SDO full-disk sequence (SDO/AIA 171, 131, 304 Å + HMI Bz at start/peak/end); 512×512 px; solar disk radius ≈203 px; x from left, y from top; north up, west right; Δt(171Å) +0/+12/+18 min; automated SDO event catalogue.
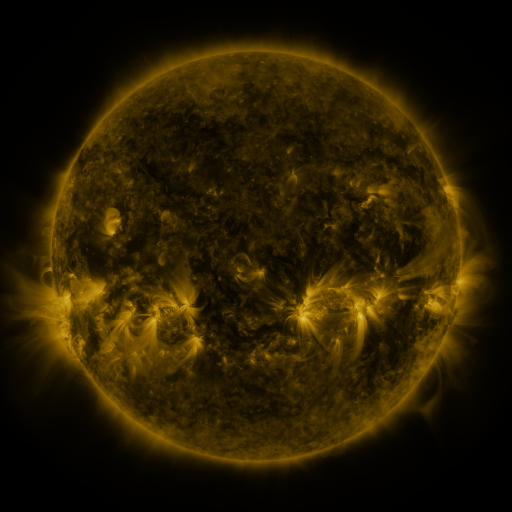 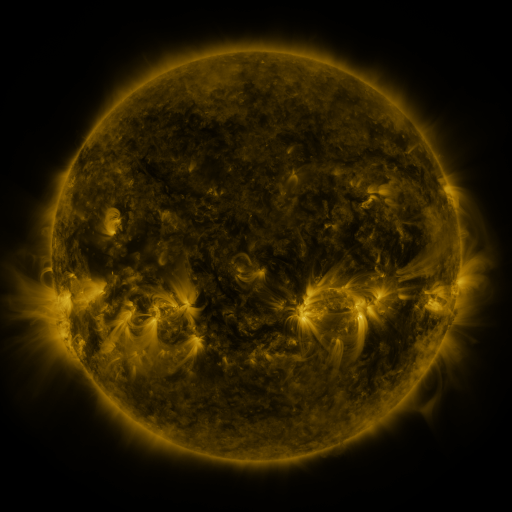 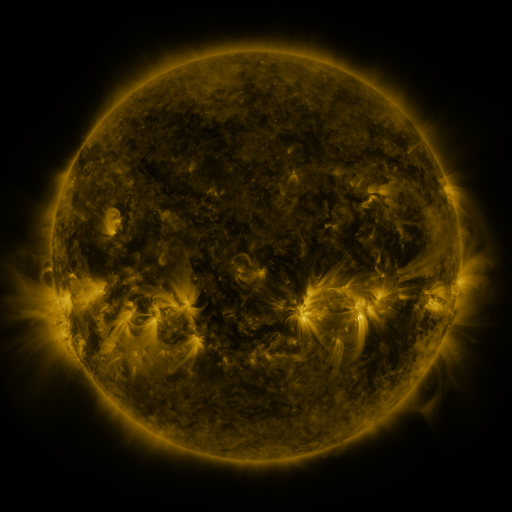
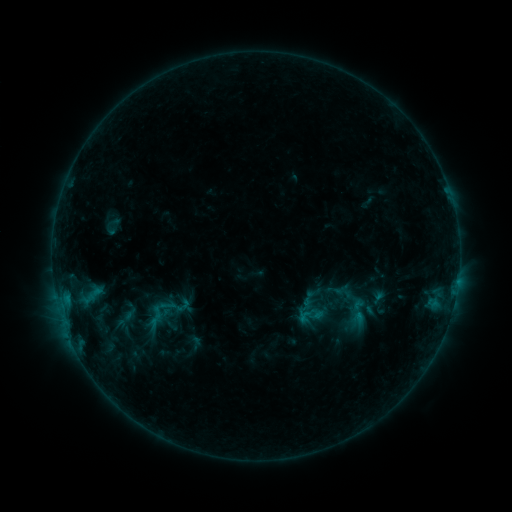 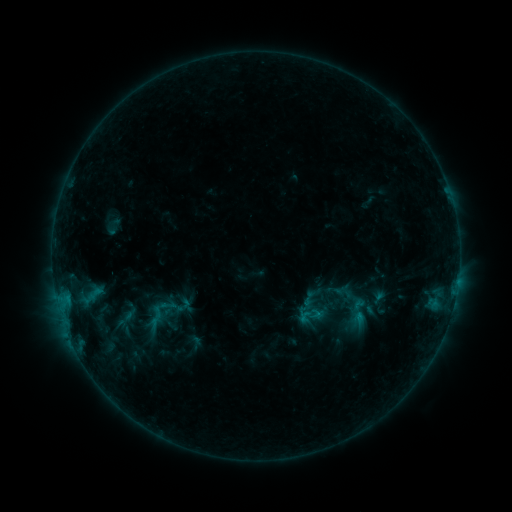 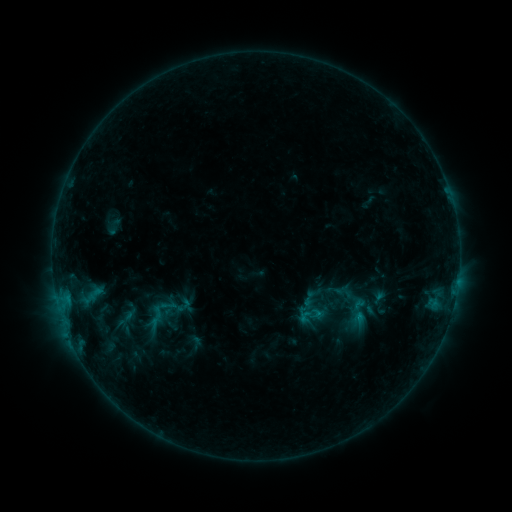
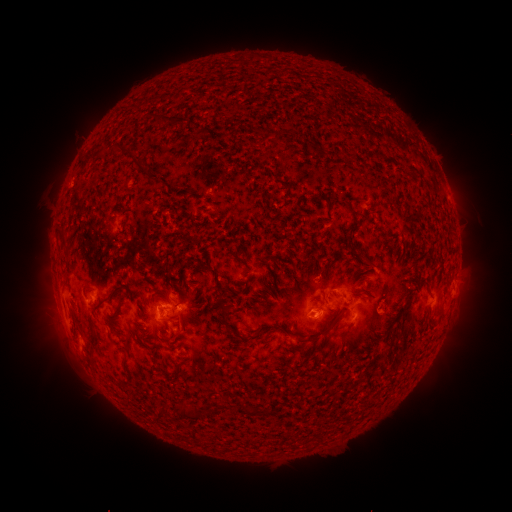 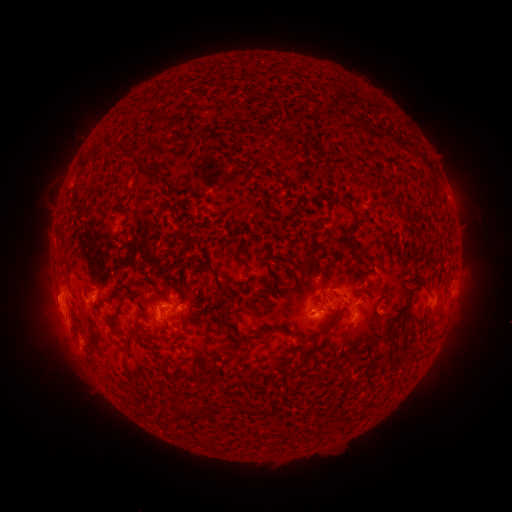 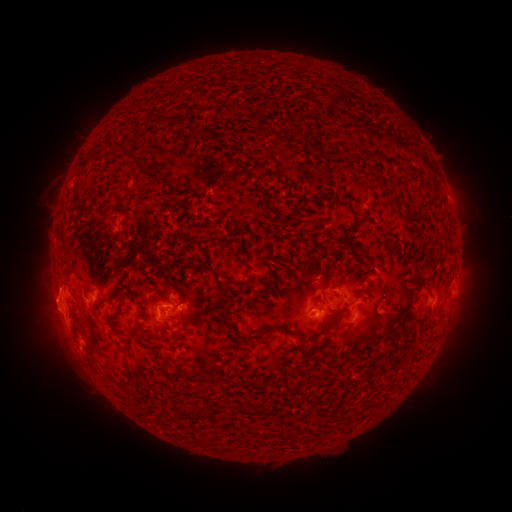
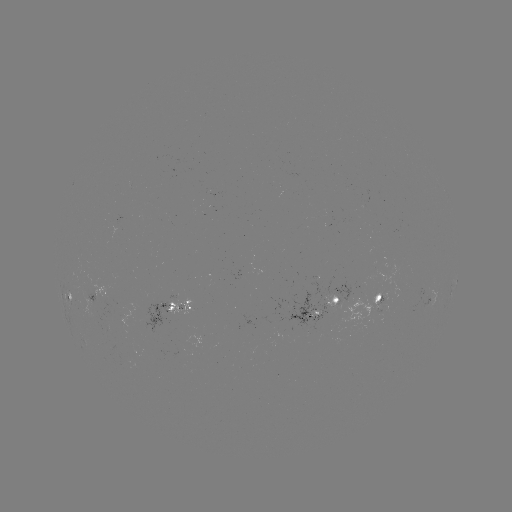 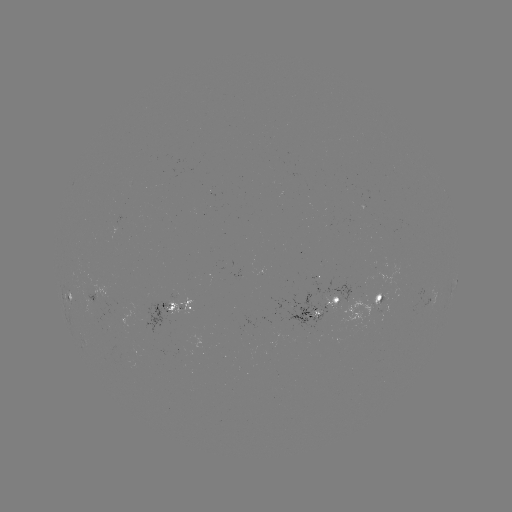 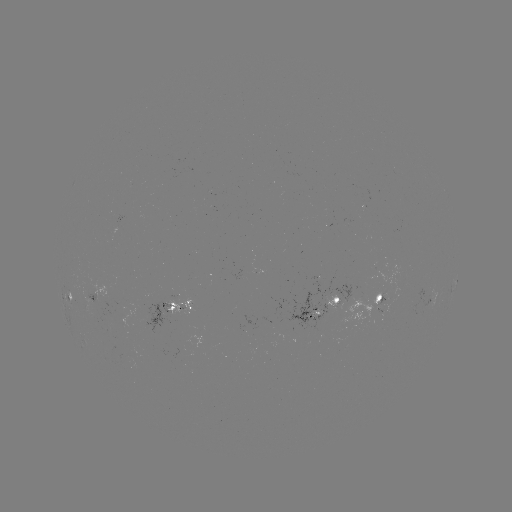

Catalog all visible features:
eruption: (53, 304)
